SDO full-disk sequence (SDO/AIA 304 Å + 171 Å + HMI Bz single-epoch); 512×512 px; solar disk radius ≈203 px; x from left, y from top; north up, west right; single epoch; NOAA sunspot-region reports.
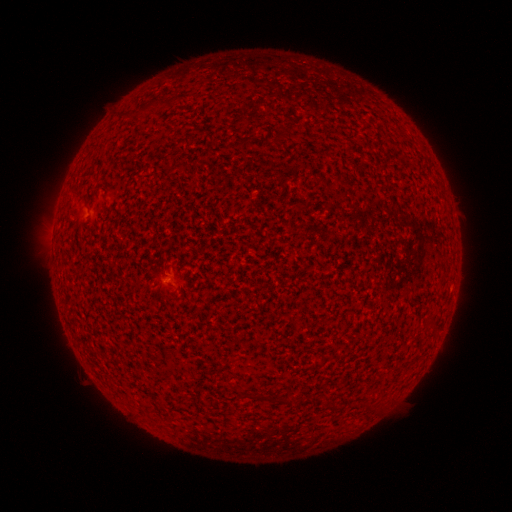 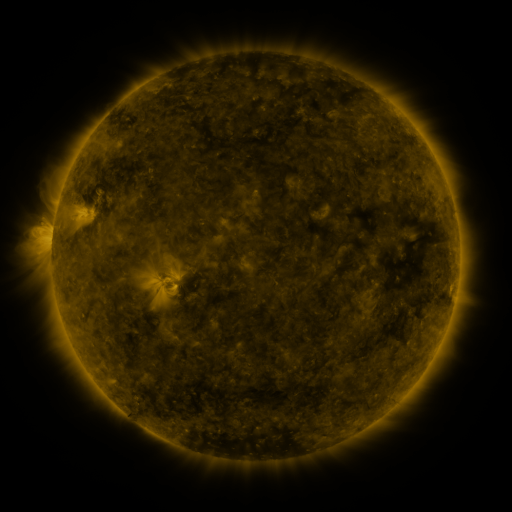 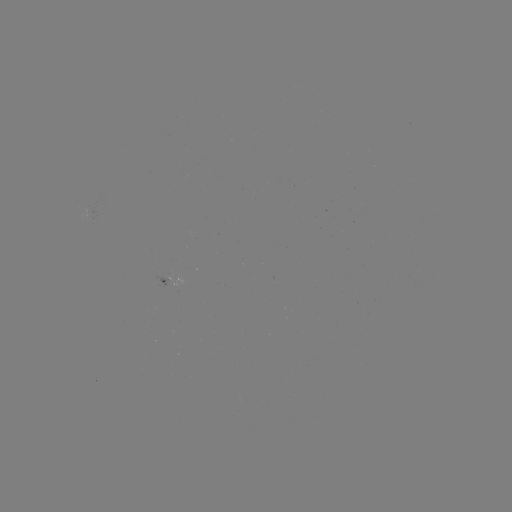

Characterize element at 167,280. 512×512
spotted active region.